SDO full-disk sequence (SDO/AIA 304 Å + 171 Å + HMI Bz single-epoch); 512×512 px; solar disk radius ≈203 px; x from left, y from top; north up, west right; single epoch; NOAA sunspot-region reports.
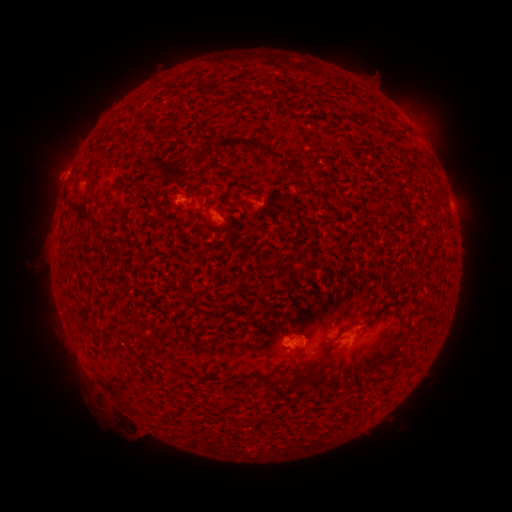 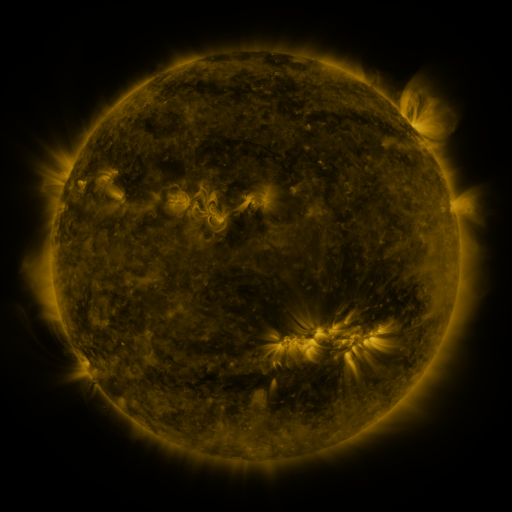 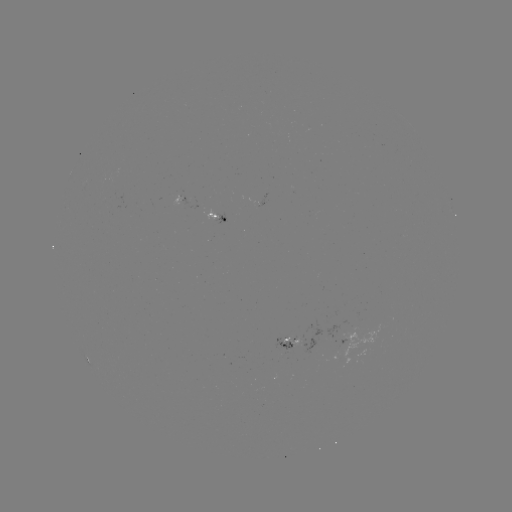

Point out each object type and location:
spotted active region: (180, 199)
spotted active region: (214, 217)
spotted active region: (288, 342)
spotted active region: (84, 354)
